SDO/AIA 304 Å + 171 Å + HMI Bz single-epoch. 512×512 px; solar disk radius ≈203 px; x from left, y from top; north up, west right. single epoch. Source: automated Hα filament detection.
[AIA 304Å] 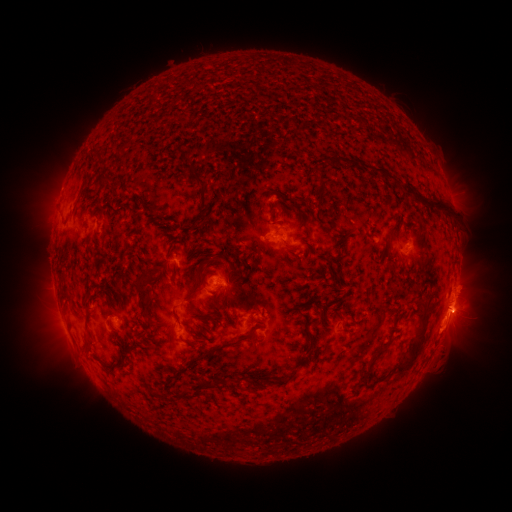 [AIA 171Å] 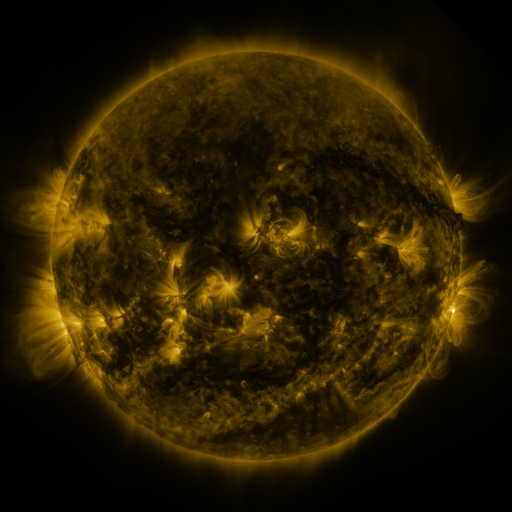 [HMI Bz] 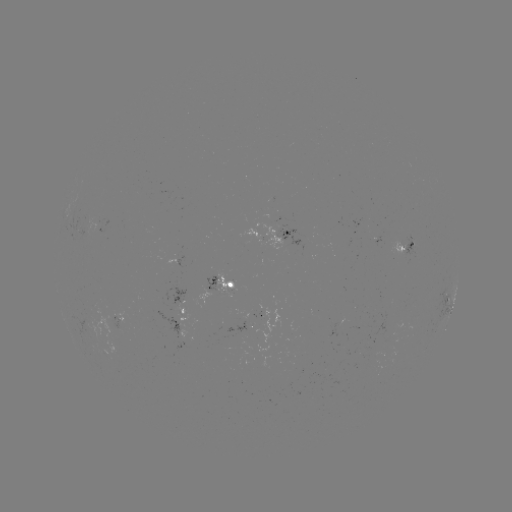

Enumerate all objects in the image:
filament: (196, 87)
filament: (354, 161)
filament: (188, 167)
filament: (382, 169)
filament: (320, 180)
filament: (104, 181)
filament: (80, 196)
filament: (202, 198)
filament: (425, 199)
filament: (279, 207)
filament: (404, 227)
filament: (390, 231)
filament: (343, 246)
filament: (266, 250)
filament: (218, 254)
filament: (229, 277)
filament: (143, 298)
filament: (176, 317)
filament: (313, 322)
filament: (203, 330)
filament: (312, 336)
filament: (420, 342)
filament: (236, 343)
filament: (196, 345)
filament: (88, 346)
filament: (372, 363)
filament: (191, 366)
filament: (300, 366)
filament: (259, 382)
filament: (200, 389)
